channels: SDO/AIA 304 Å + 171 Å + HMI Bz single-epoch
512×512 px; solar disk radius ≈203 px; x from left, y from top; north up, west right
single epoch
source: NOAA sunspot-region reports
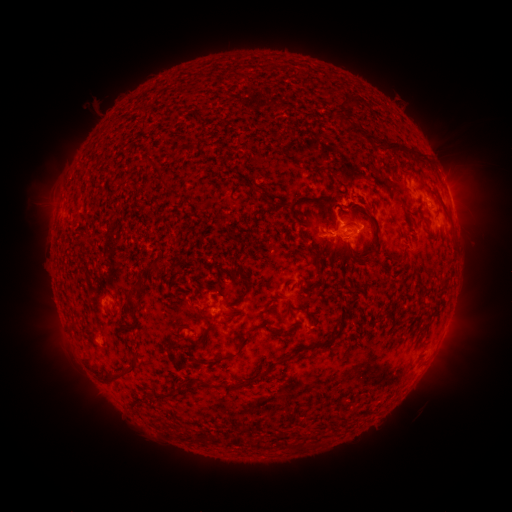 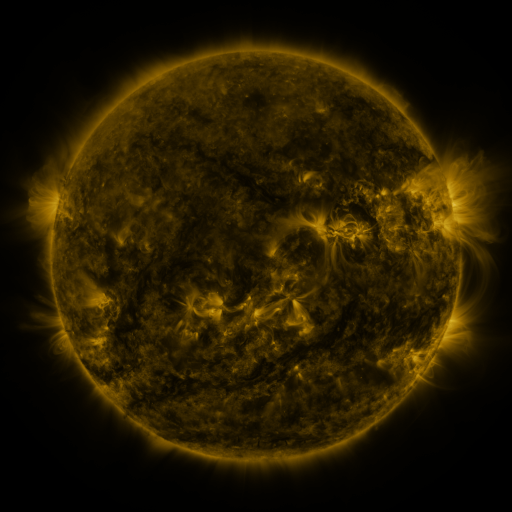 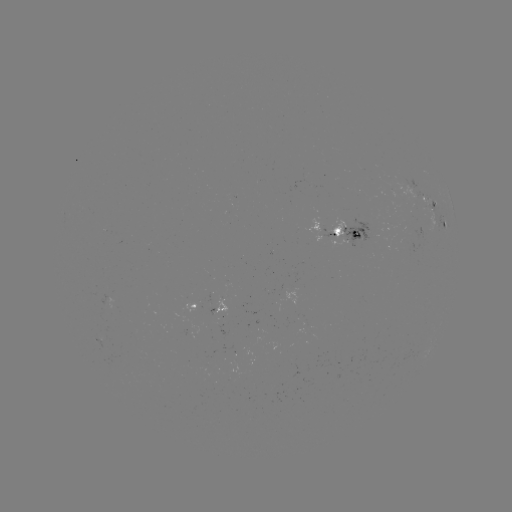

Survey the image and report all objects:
spotted active region: (413, 193)
spotted active region: (434, 212)
spotted active region: (347, 233)
spotted active region: (201, 307)
